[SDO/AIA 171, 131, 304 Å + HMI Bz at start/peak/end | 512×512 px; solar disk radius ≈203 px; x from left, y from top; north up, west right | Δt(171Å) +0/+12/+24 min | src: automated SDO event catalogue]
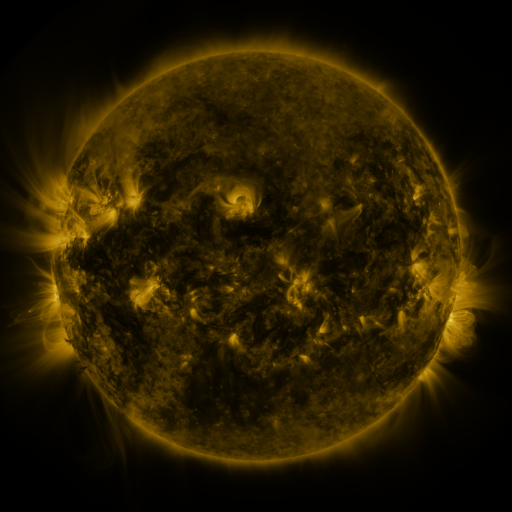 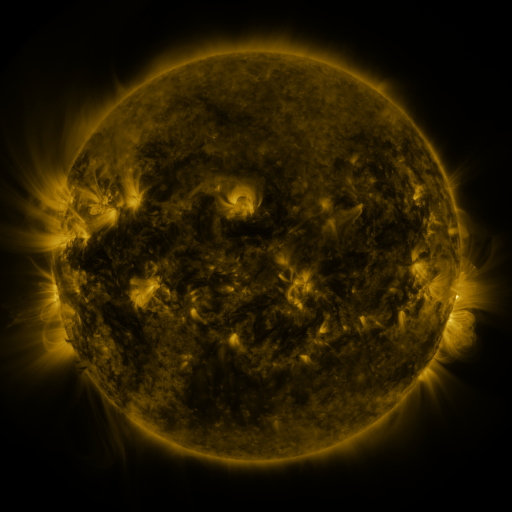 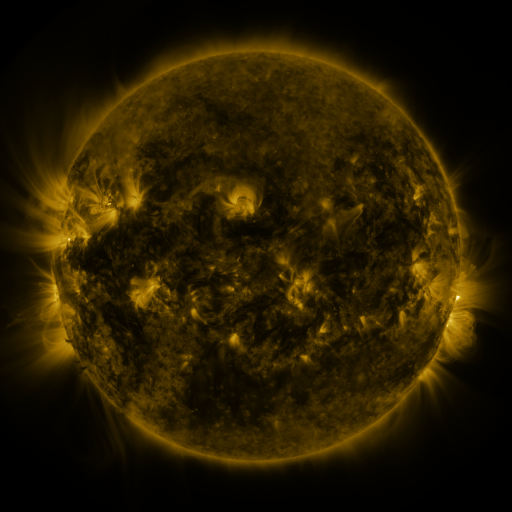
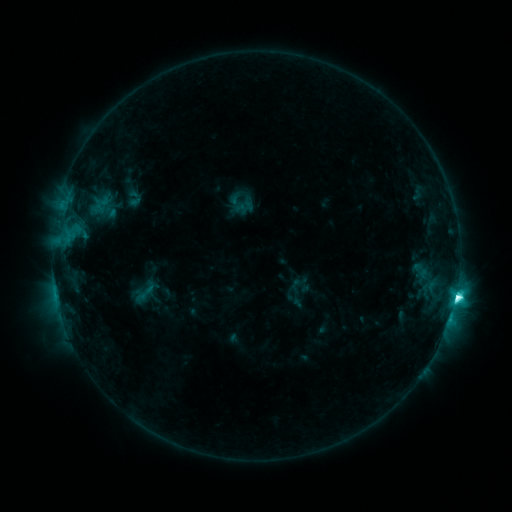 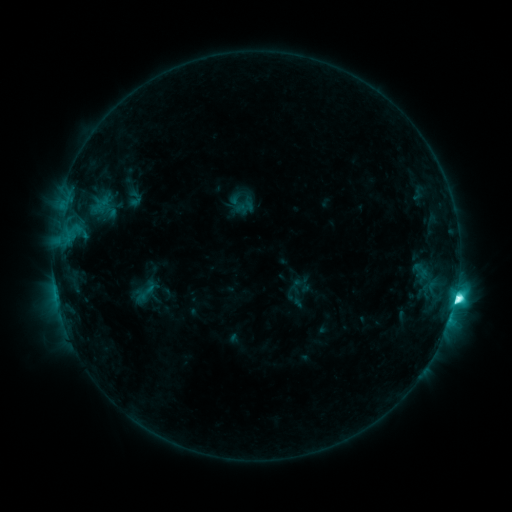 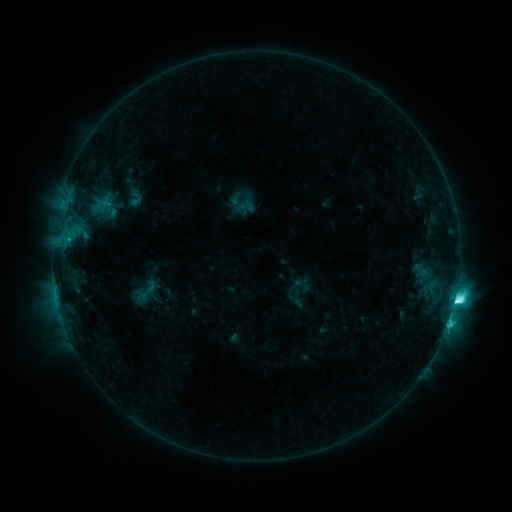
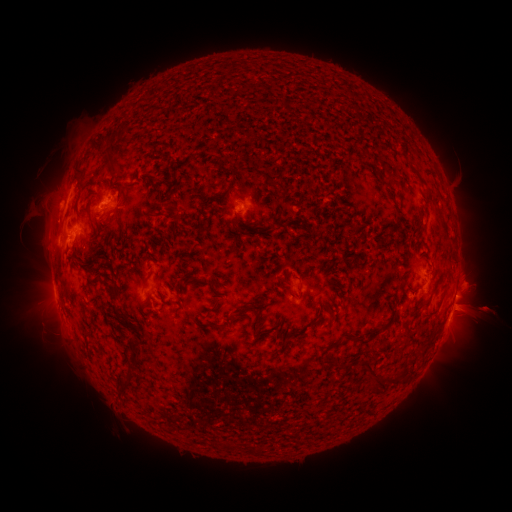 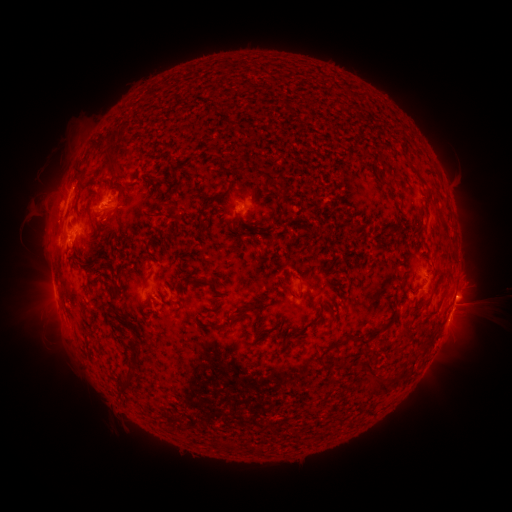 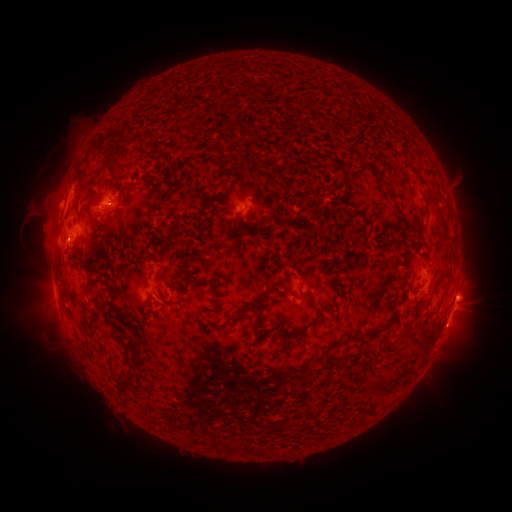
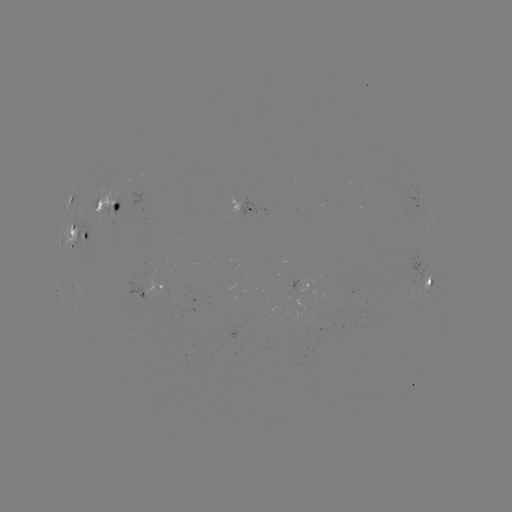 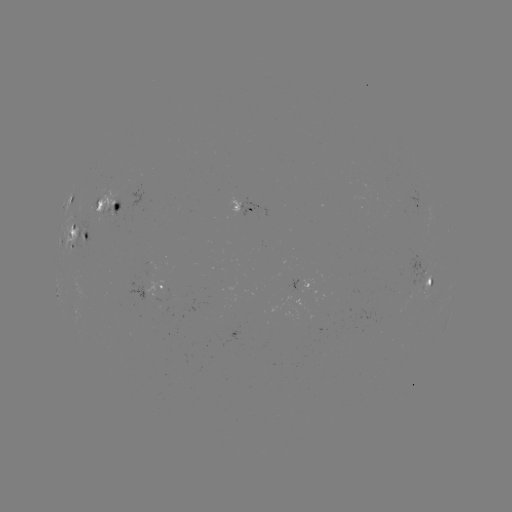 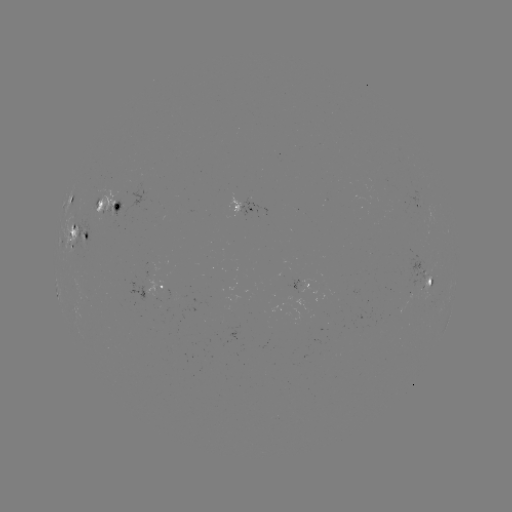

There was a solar eruption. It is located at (483, 307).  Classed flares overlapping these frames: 1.